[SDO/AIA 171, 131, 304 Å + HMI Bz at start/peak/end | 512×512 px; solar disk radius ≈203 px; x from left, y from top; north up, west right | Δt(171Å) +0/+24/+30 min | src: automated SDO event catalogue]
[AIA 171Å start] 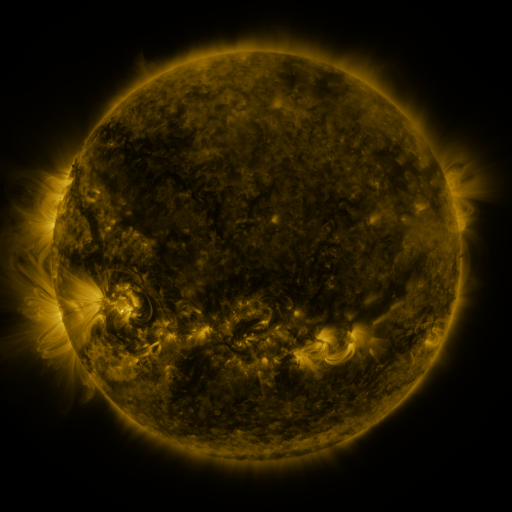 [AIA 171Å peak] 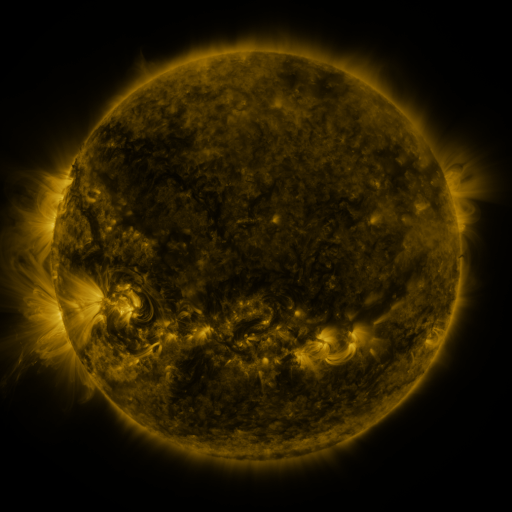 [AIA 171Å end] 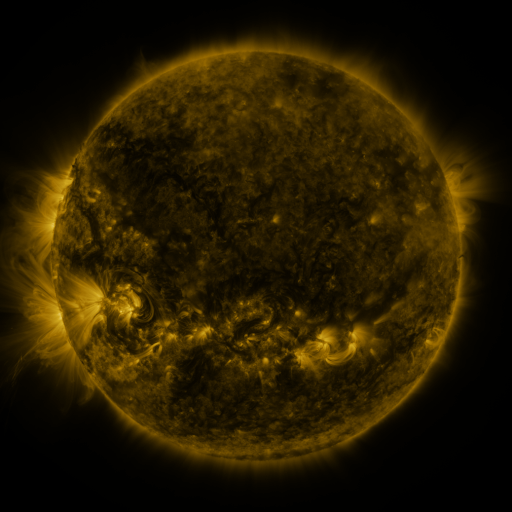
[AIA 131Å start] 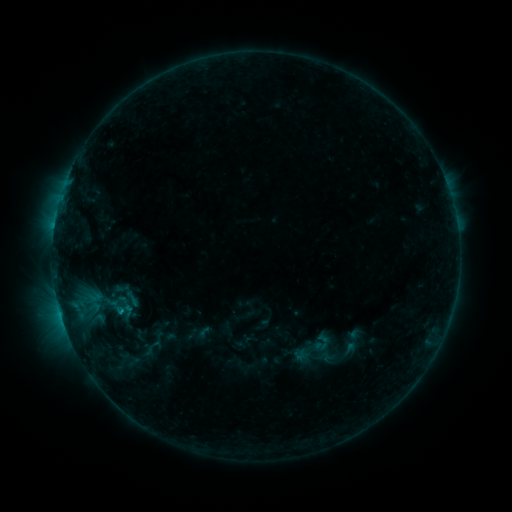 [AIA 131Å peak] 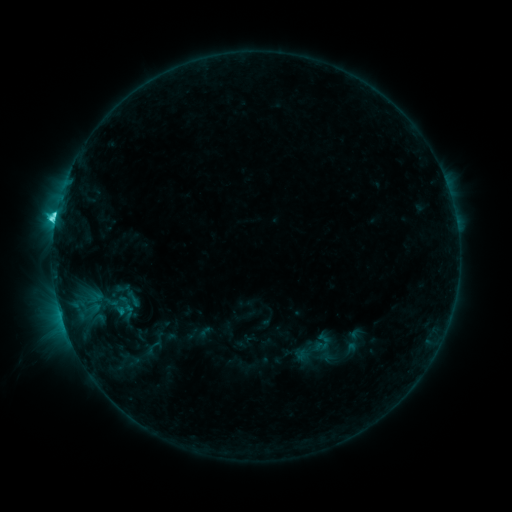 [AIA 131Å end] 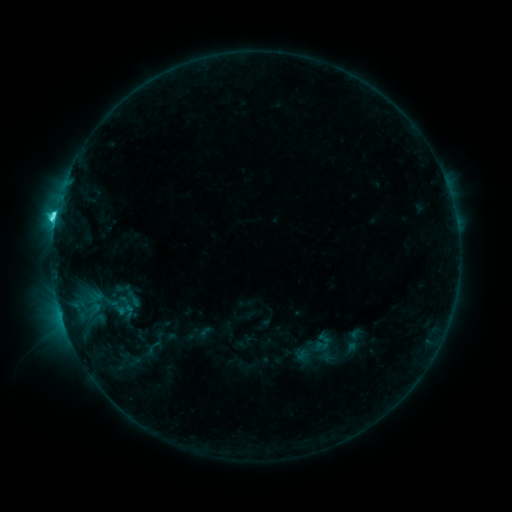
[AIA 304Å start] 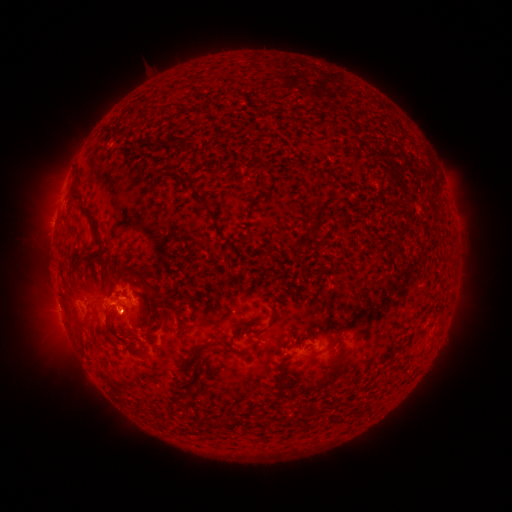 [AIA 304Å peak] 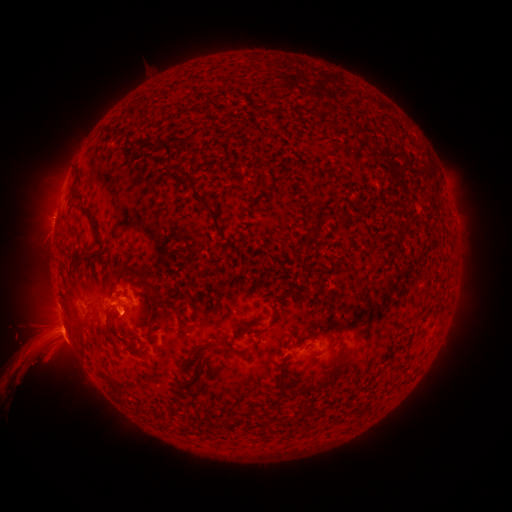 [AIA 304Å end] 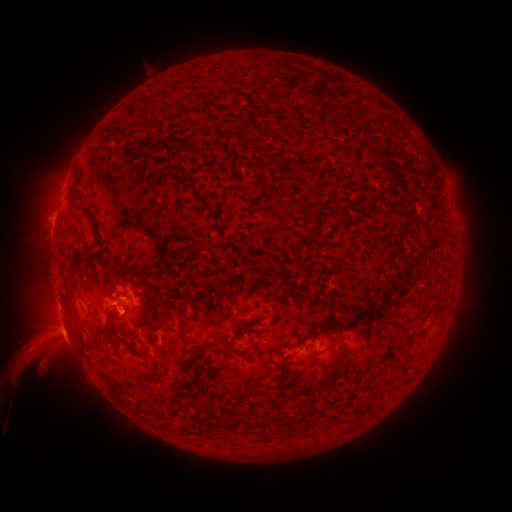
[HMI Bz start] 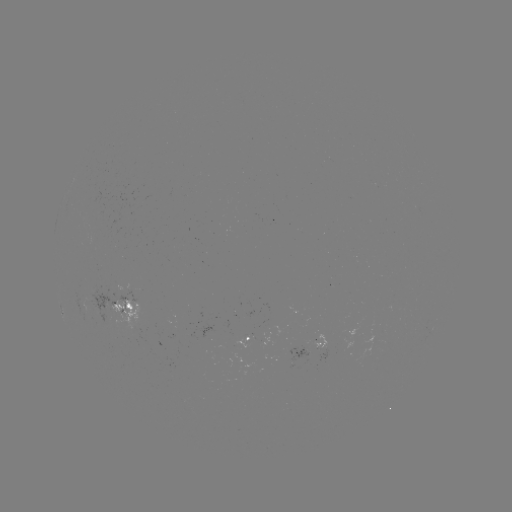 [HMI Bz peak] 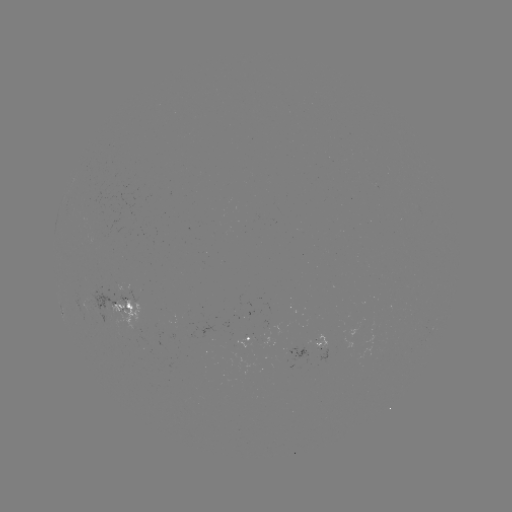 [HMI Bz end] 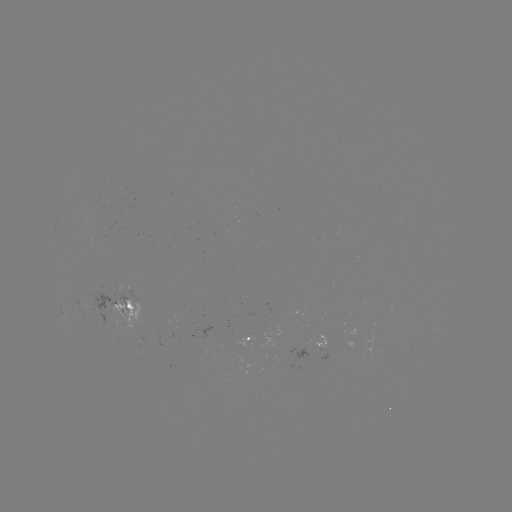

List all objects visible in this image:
C3.8 flare: (122, 309)
